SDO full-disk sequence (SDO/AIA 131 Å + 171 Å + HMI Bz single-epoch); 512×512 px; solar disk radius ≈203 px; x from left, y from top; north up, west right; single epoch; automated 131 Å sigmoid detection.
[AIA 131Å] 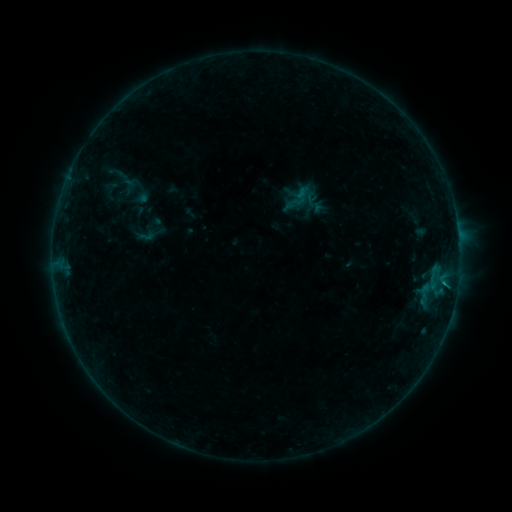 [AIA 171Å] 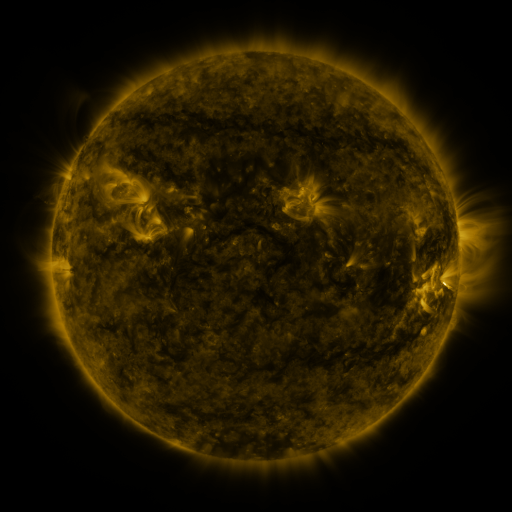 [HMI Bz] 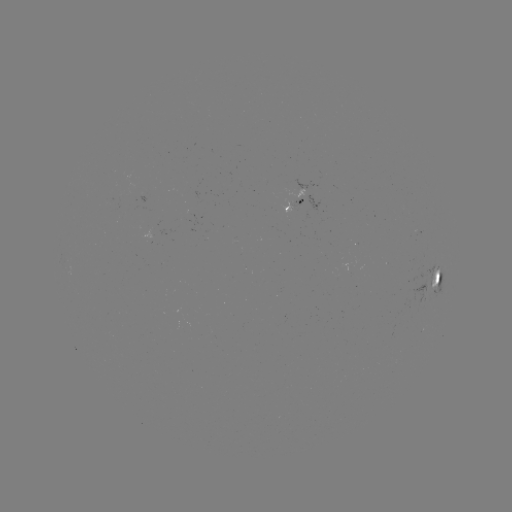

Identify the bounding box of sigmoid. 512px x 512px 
[137, 227, 155, 245].